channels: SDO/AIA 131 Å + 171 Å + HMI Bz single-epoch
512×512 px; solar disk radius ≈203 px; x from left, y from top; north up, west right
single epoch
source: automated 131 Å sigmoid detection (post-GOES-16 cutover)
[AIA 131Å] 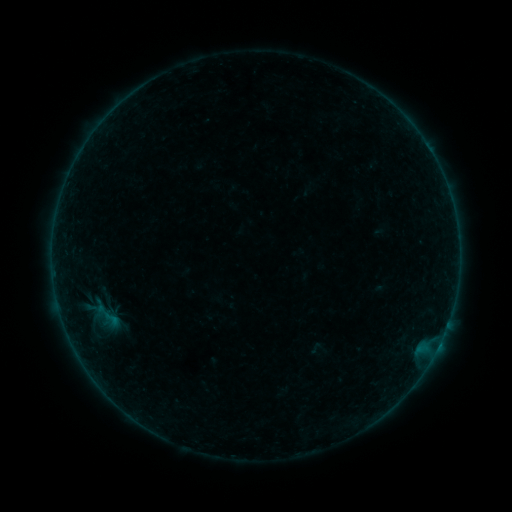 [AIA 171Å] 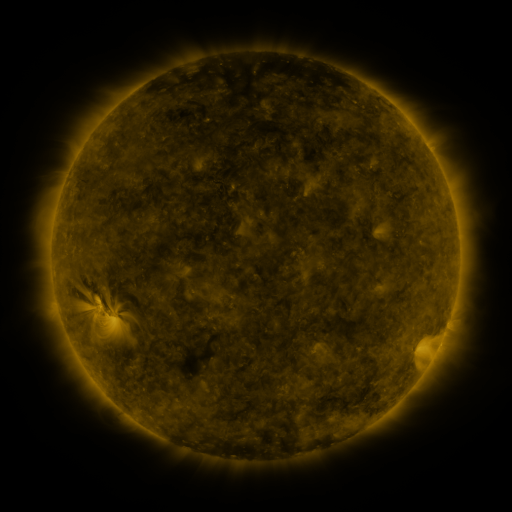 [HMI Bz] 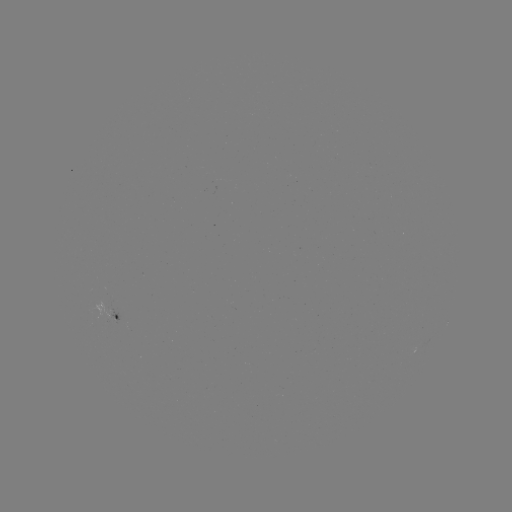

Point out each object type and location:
sigmoid: <bbox>97, 306, 125, 331</bbox>
